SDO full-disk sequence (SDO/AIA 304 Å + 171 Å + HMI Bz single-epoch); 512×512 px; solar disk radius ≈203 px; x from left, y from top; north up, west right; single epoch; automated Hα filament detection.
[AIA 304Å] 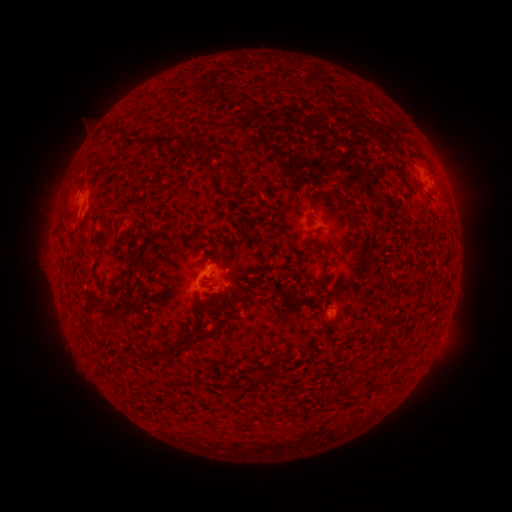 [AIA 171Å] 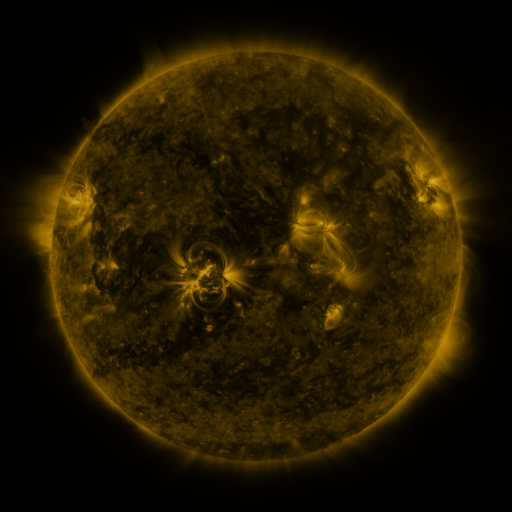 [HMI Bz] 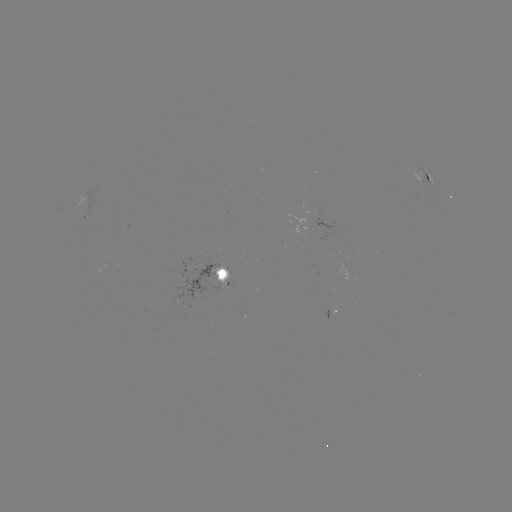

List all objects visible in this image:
filament: (105, 124, 126, 138)
filament: (165, 131, 184, 150)
filament: (125, 136, 155, 150)
filament: (214, 152, 224, 161)
filament: (327, 188, 362, 240)
filament: (307, 192, 316, 209)
filament: (59, 236, 66, 247)
filament: (210, 256, 219, 264)
filament: (228, 260, 236, 272)
filament: (115, 269, 138, 292)
filament: (302, 271, 318, 291)
filament: (320, 278, 329, 285)
filament: (96, 282, 105, 292)
filament: (228, 284, 240, 296)
filament: (215, 295, 231, 315)
filament: (179, 330, 214, 348)
filament: (169, 340, 178, 350)
filament: (154, 342, 167, 355)
filament: (256, 374, 266, 384)
filament: (342, 380, 357, 391)
filament: (327, 388, 335, 397)
